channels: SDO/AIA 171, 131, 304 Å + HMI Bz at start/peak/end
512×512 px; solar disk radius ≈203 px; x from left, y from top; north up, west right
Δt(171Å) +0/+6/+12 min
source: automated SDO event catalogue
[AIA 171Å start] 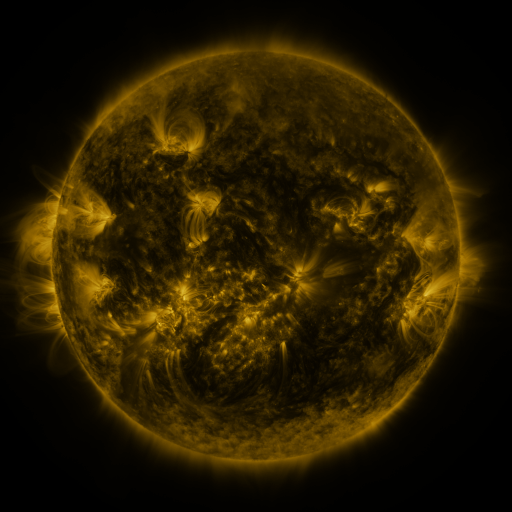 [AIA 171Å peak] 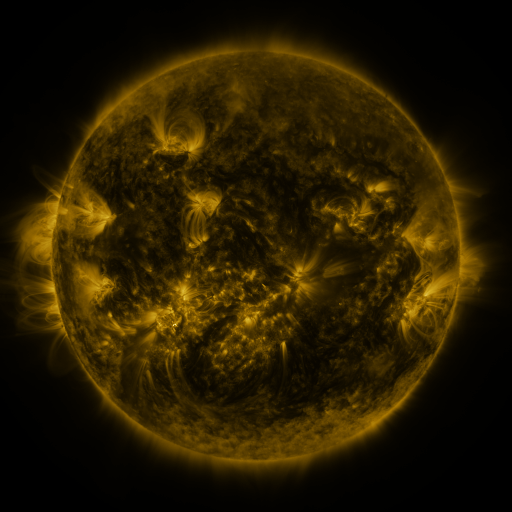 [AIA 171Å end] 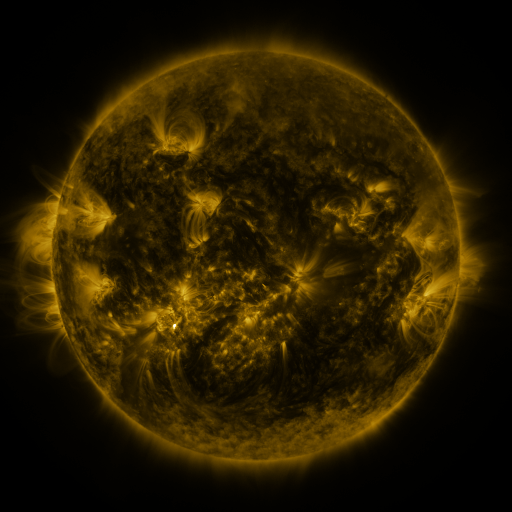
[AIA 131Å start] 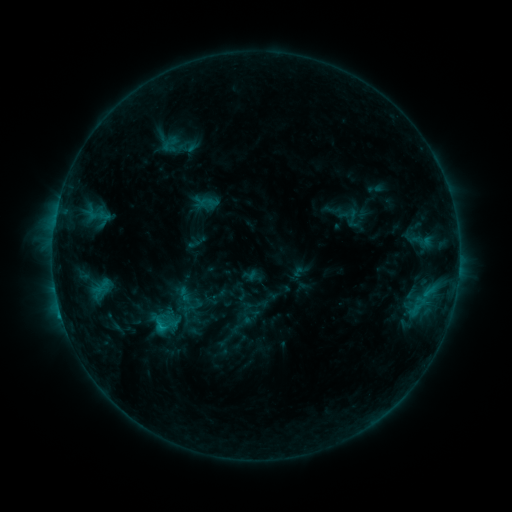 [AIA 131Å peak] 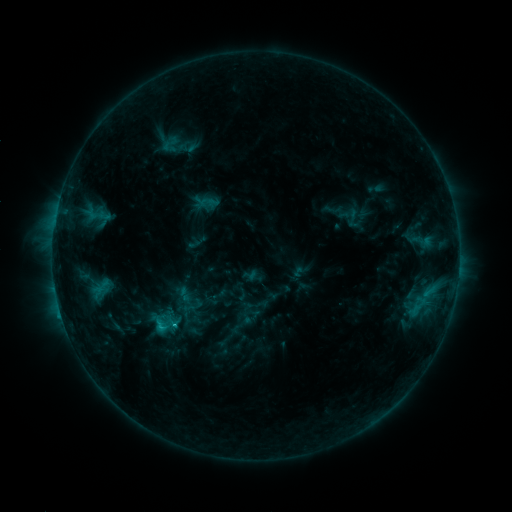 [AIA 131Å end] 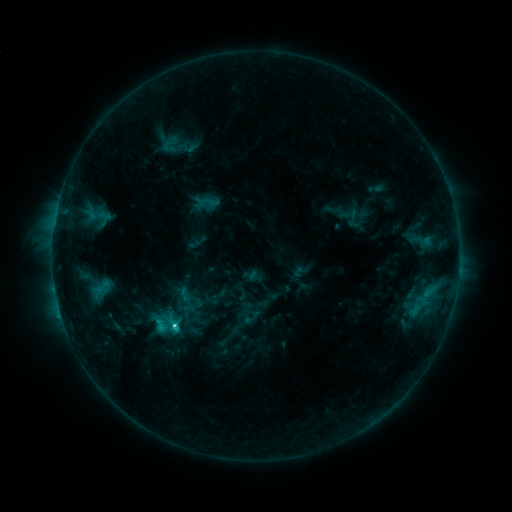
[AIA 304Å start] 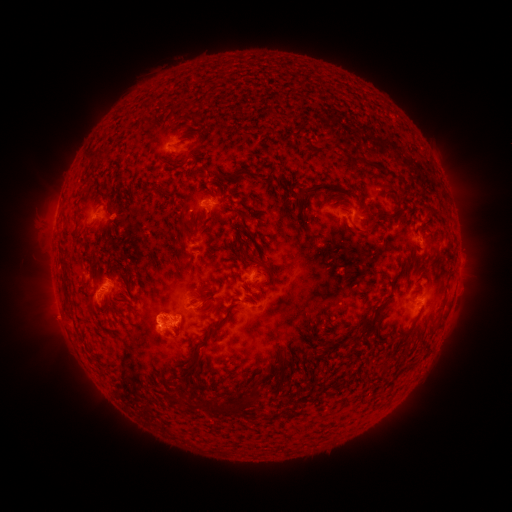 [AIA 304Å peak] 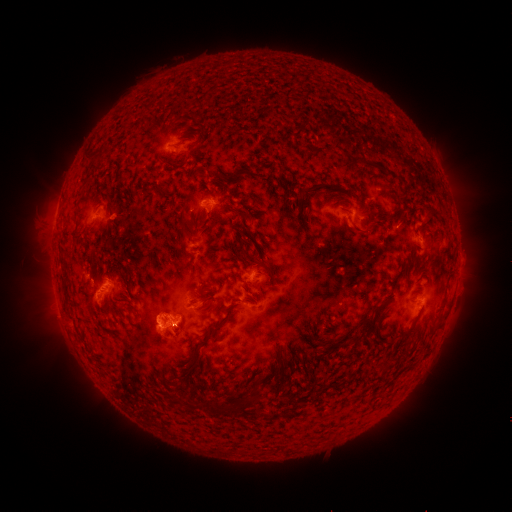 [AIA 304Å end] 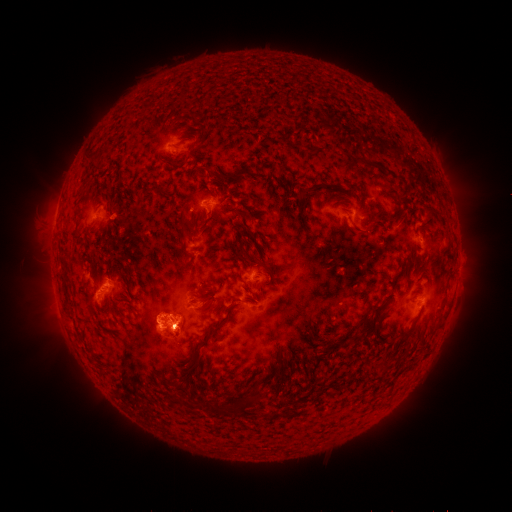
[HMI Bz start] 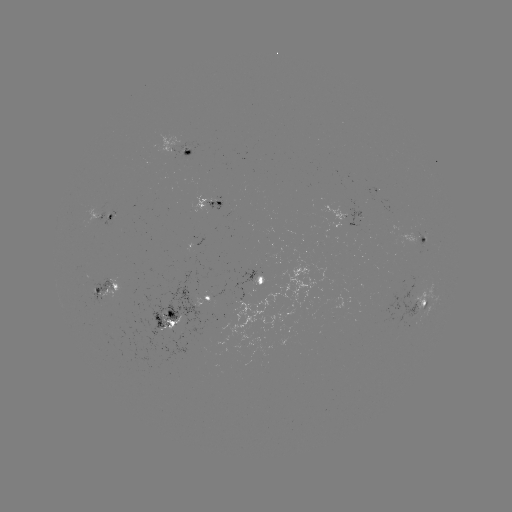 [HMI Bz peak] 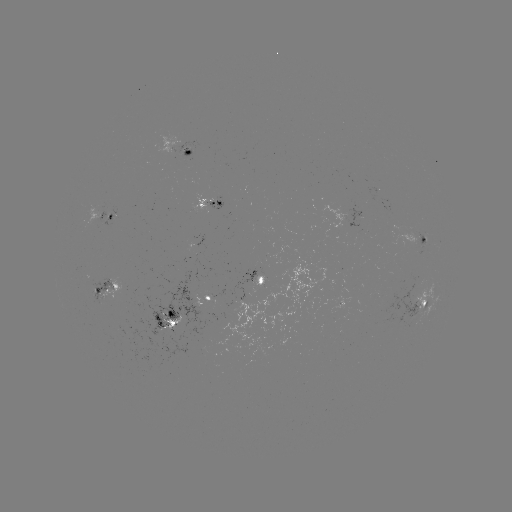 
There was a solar flare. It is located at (174, 322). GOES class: C4.5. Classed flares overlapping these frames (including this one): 1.